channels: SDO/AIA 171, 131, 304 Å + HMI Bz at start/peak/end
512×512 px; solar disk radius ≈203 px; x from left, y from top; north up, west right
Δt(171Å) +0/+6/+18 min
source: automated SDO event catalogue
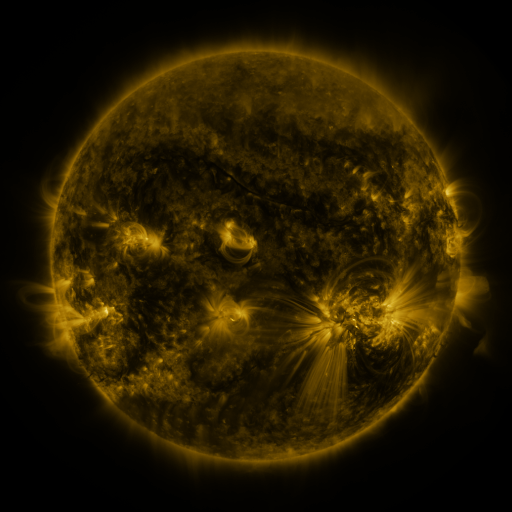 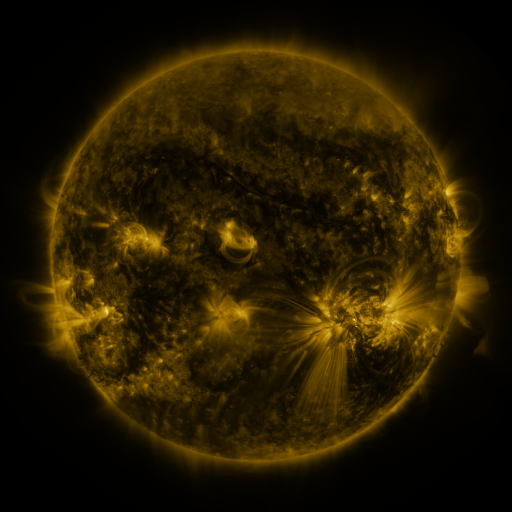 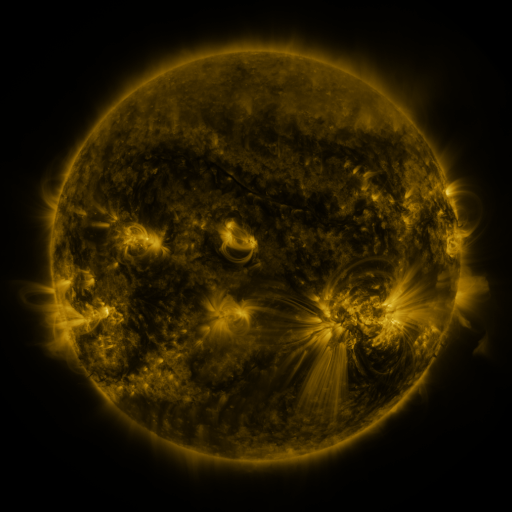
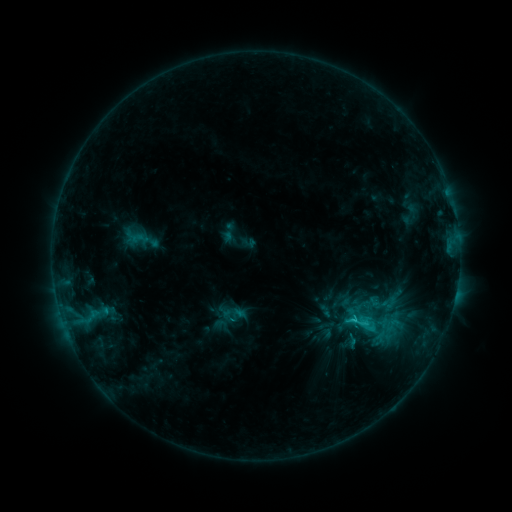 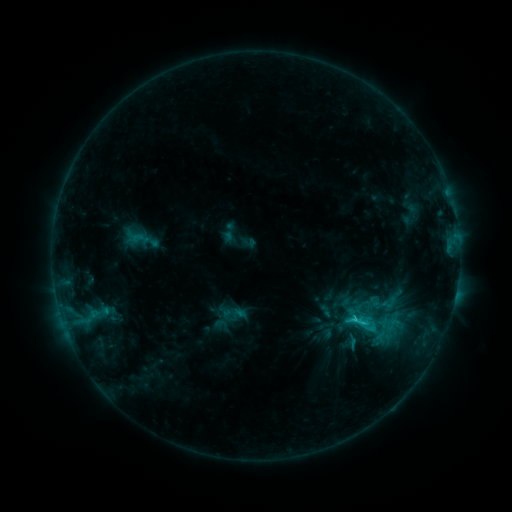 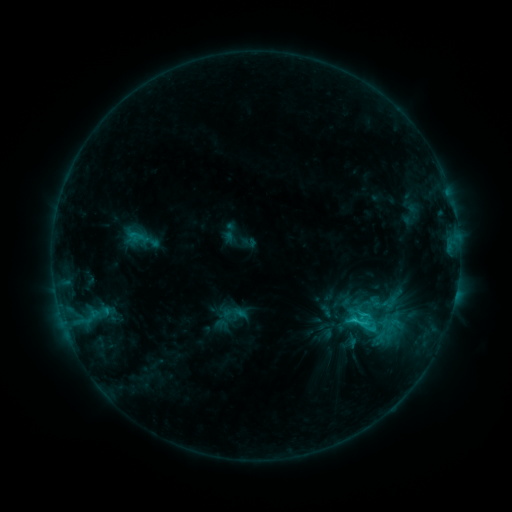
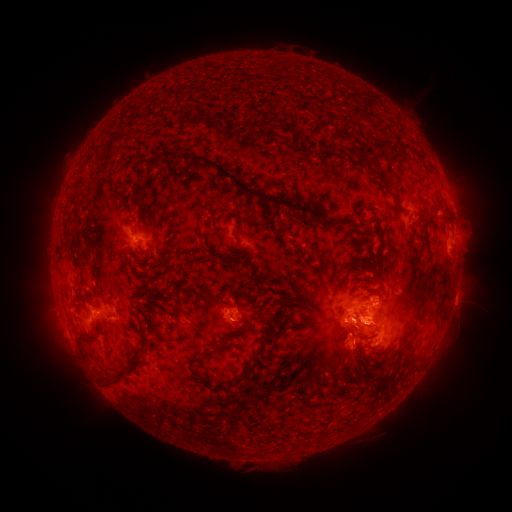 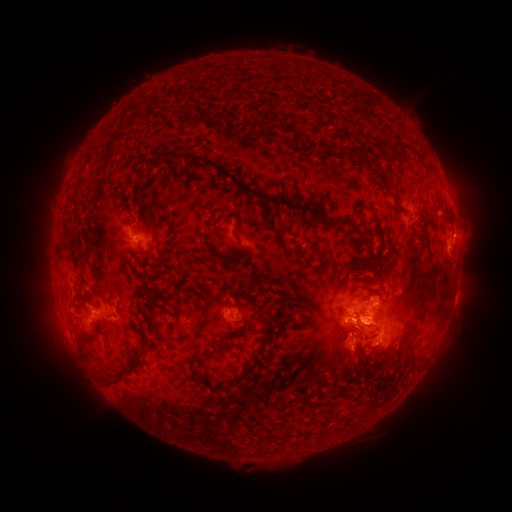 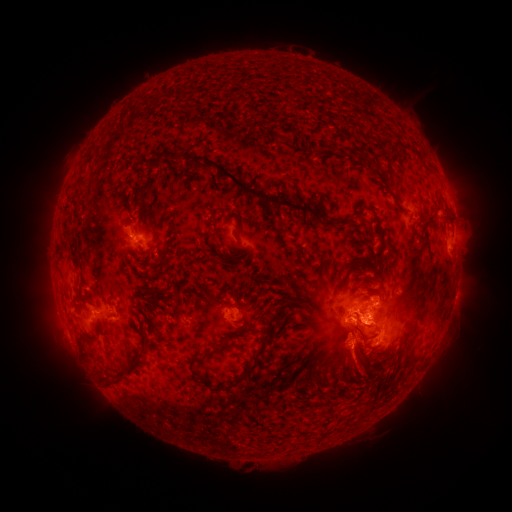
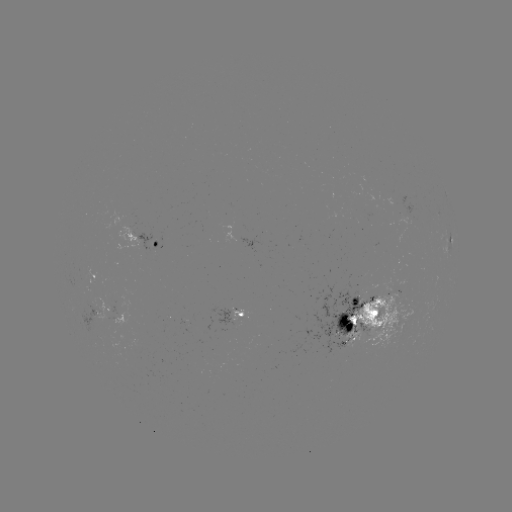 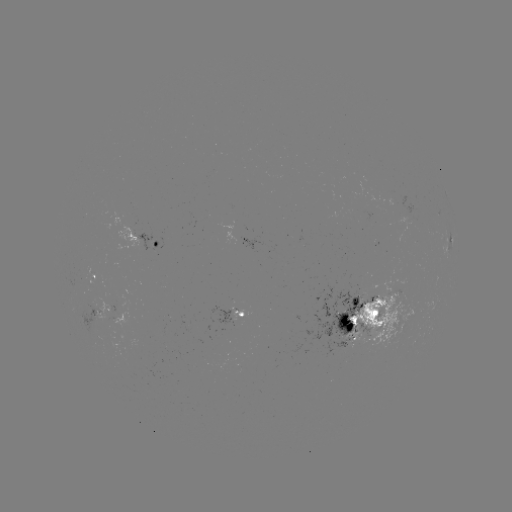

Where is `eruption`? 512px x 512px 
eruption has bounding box [337, 325, 374, 384].